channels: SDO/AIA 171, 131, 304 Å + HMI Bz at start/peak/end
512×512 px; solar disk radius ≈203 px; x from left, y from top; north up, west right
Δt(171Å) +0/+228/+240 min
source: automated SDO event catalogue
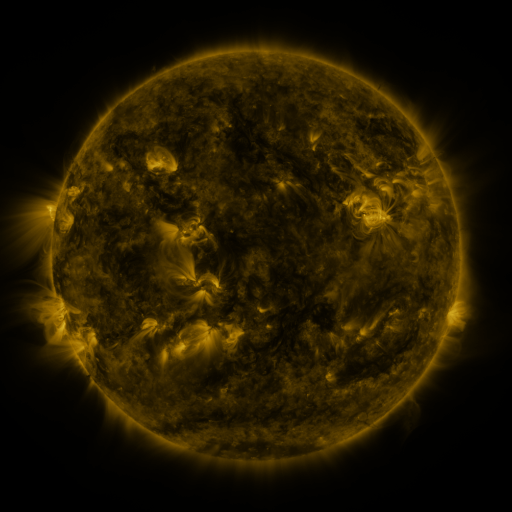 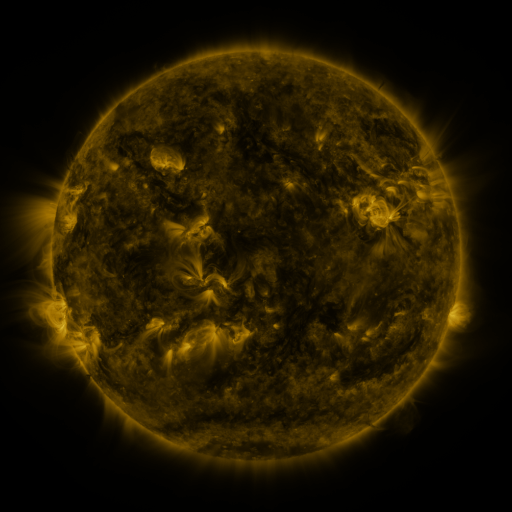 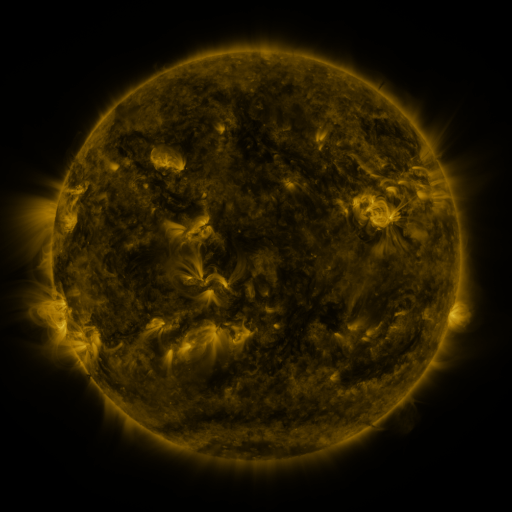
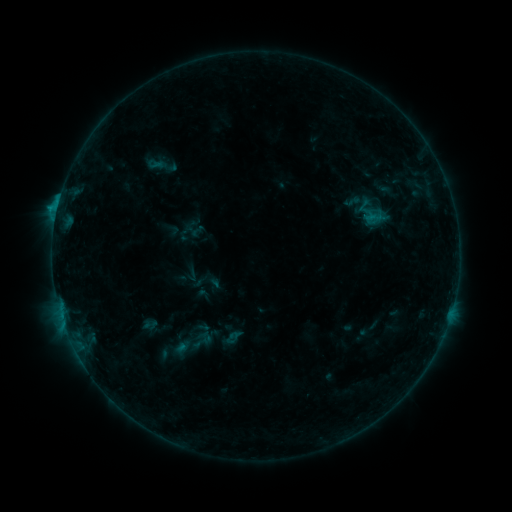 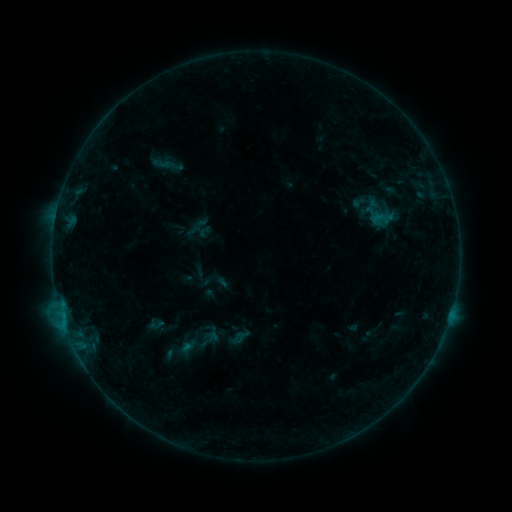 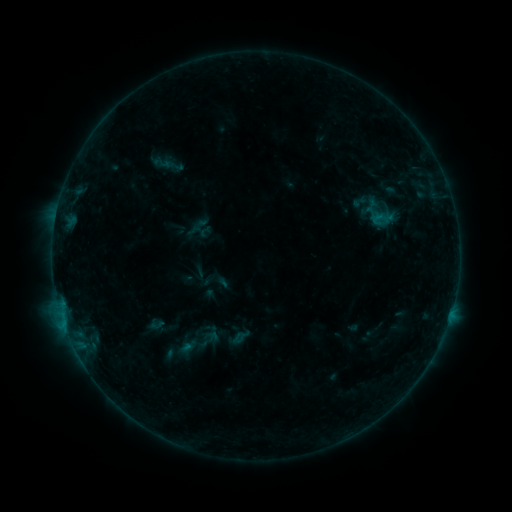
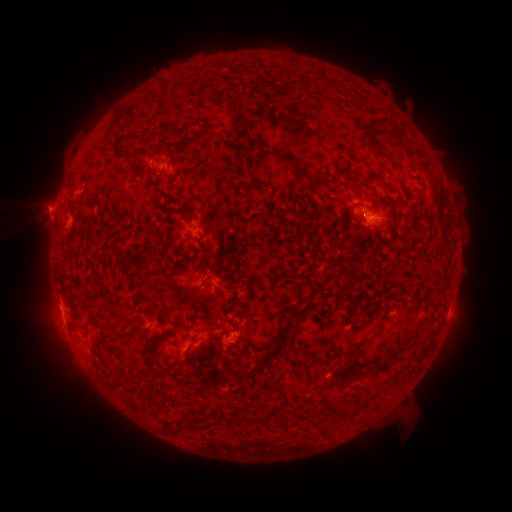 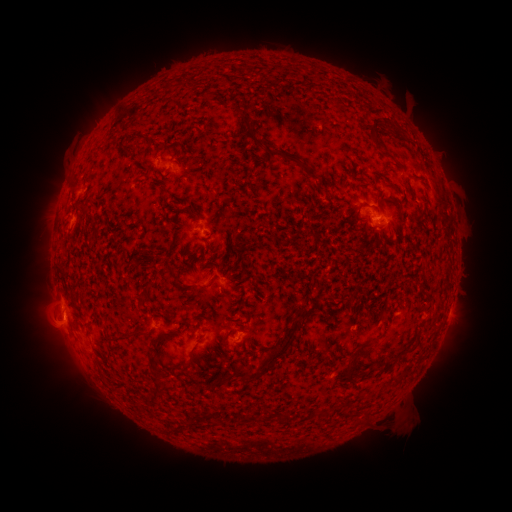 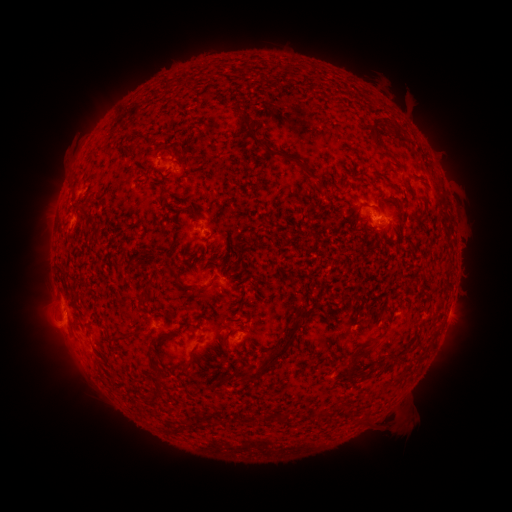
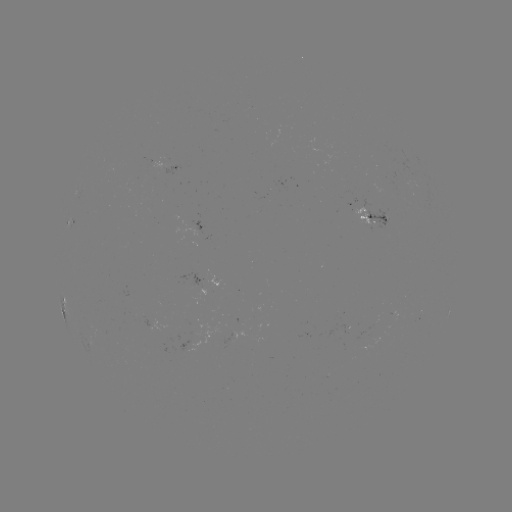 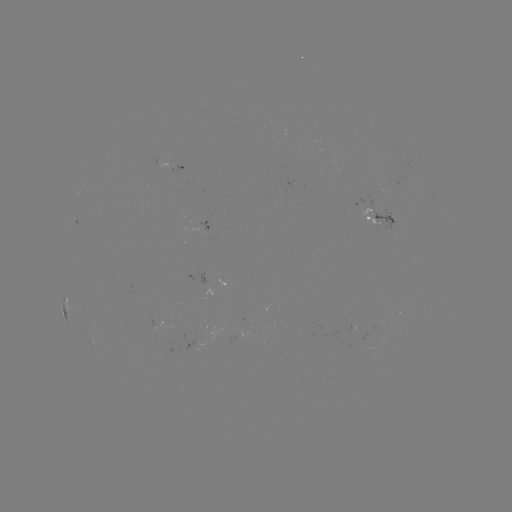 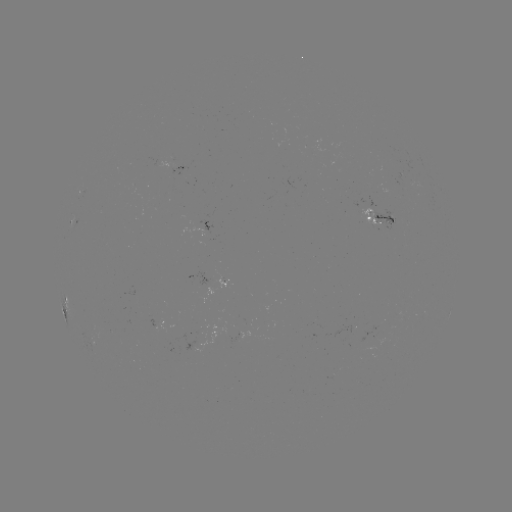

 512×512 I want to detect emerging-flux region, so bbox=[372, 206, 396, 232].